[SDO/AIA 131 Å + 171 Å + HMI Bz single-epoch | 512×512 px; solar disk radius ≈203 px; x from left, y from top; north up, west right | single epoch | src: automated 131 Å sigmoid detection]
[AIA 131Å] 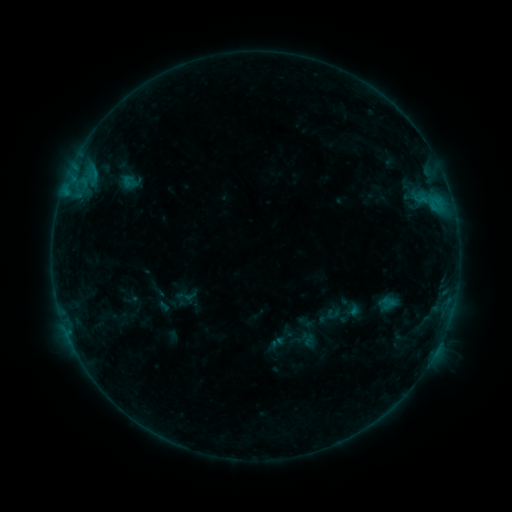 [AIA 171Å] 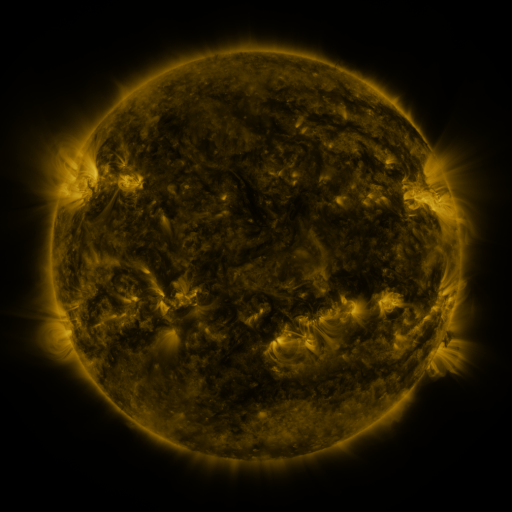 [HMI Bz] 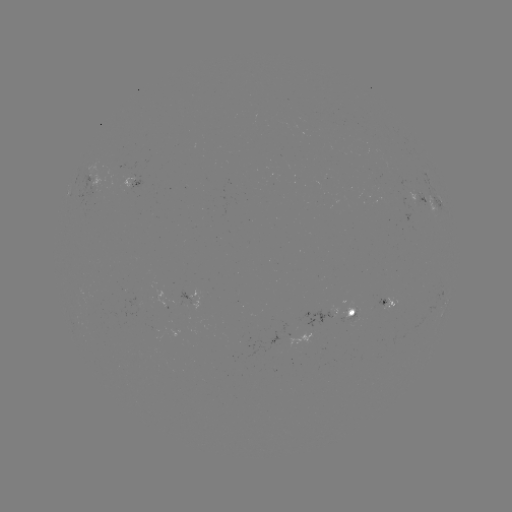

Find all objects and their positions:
sigmoid: (129, 182)
